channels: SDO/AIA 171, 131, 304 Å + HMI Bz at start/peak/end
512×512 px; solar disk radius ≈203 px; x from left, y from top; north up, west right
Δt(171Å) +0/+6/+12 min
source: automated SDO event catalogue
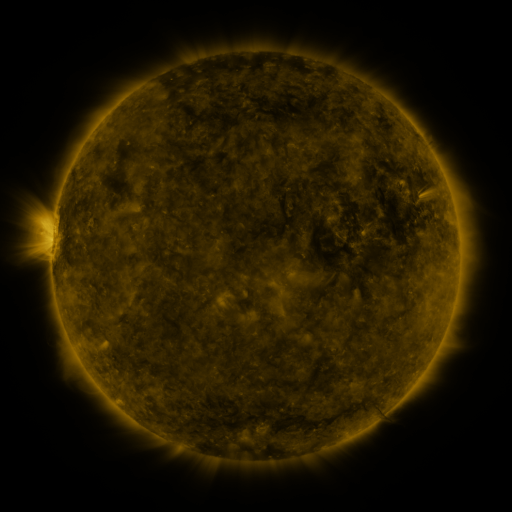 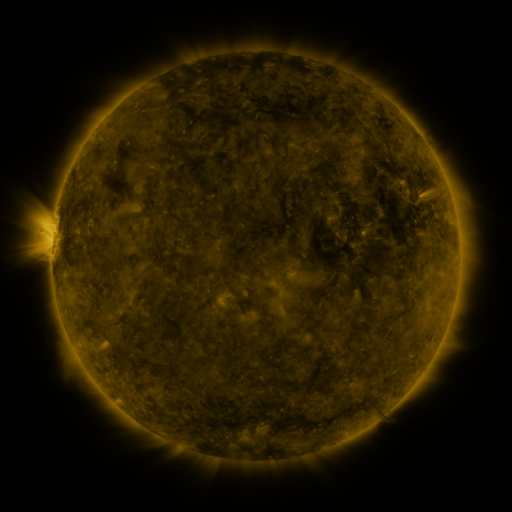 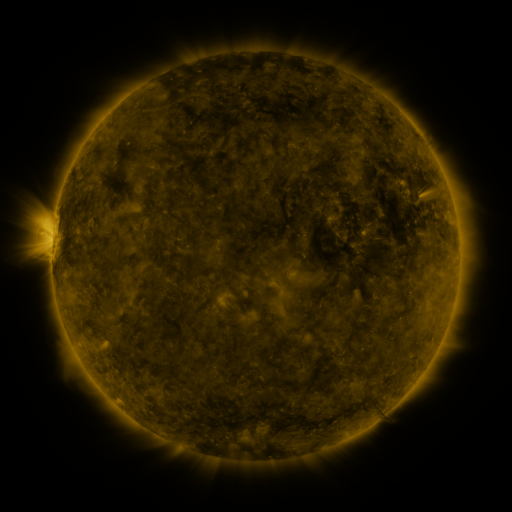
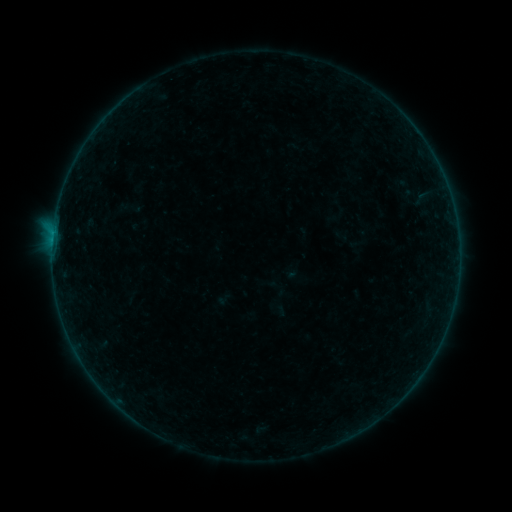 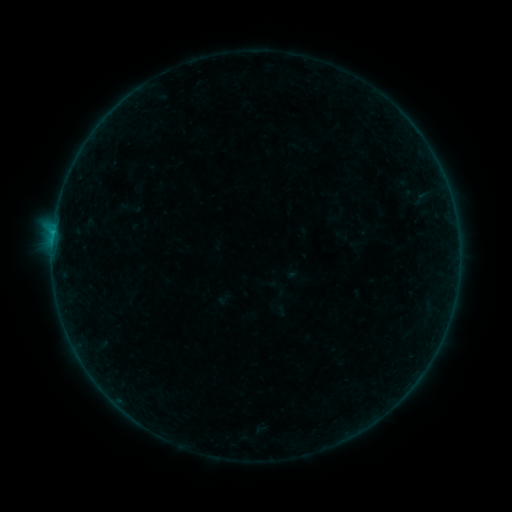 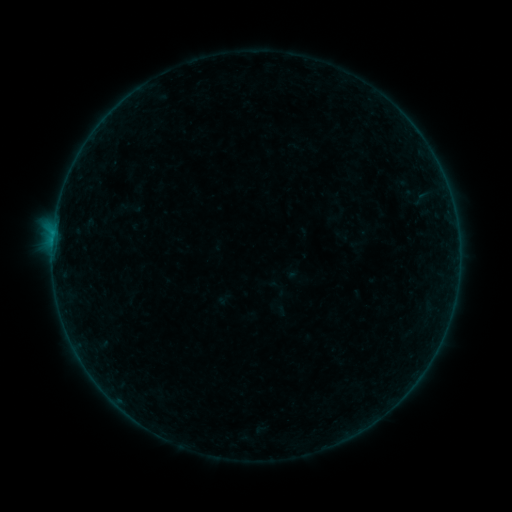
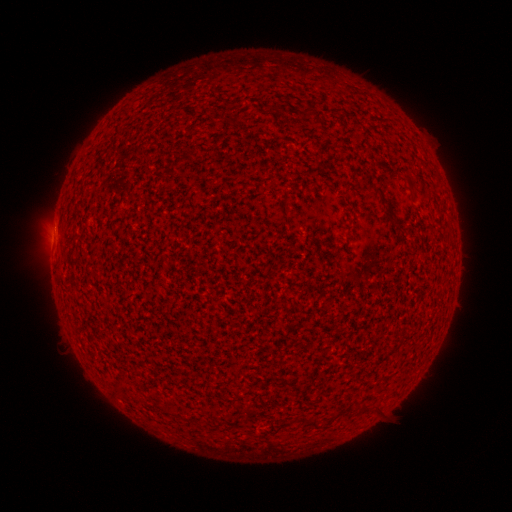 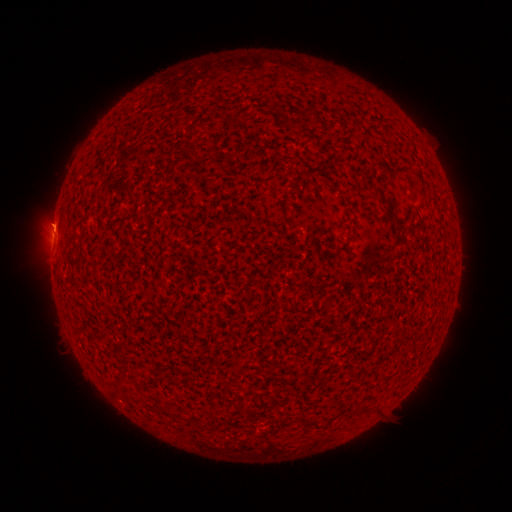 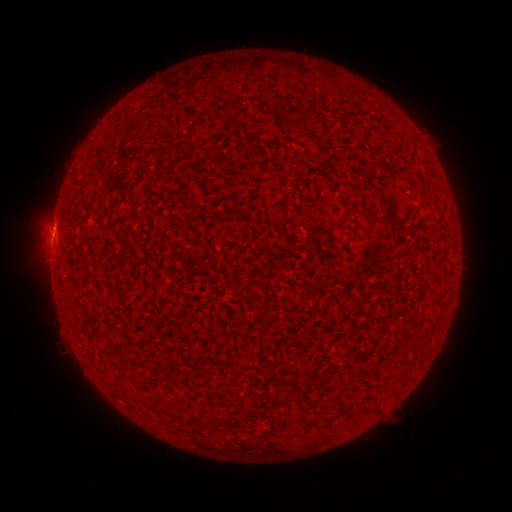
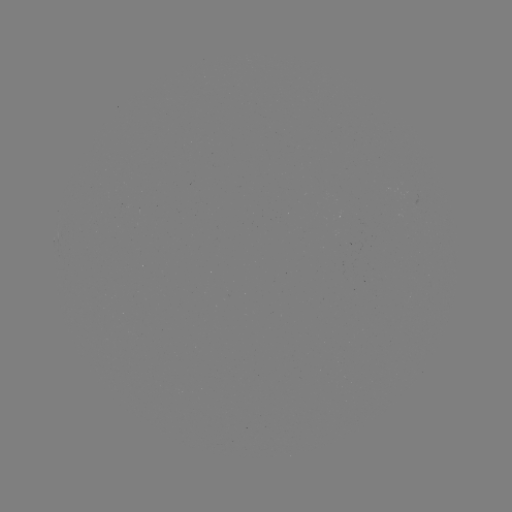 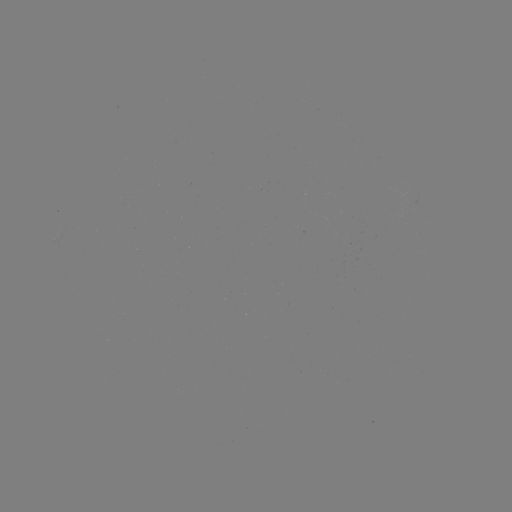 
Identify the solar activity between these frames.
B1.8 flare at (53, 234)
